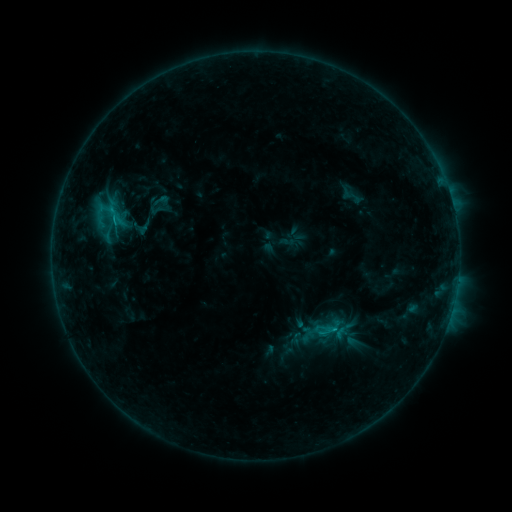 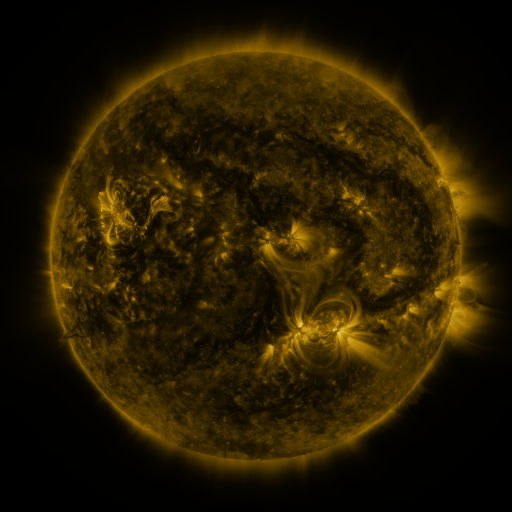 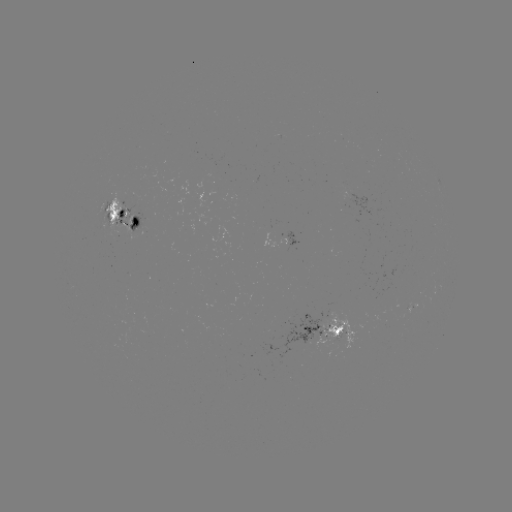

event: sigmoid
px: (106, 210)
